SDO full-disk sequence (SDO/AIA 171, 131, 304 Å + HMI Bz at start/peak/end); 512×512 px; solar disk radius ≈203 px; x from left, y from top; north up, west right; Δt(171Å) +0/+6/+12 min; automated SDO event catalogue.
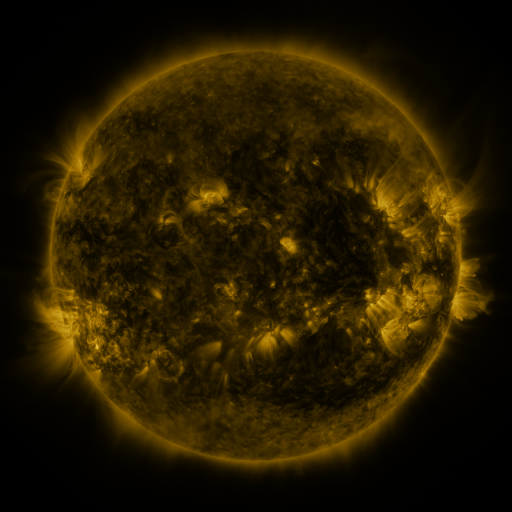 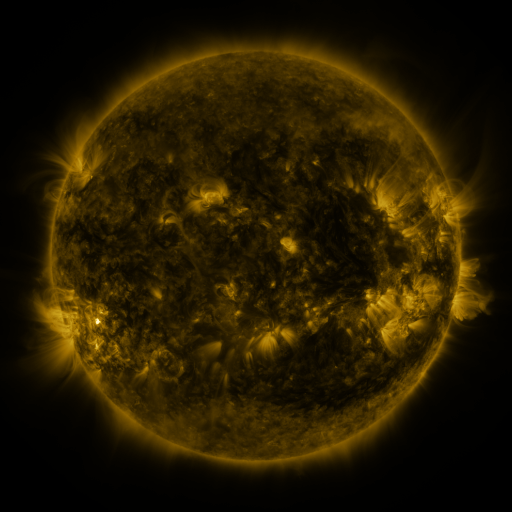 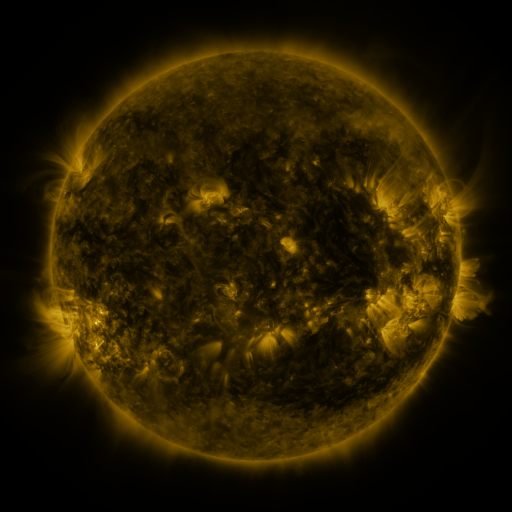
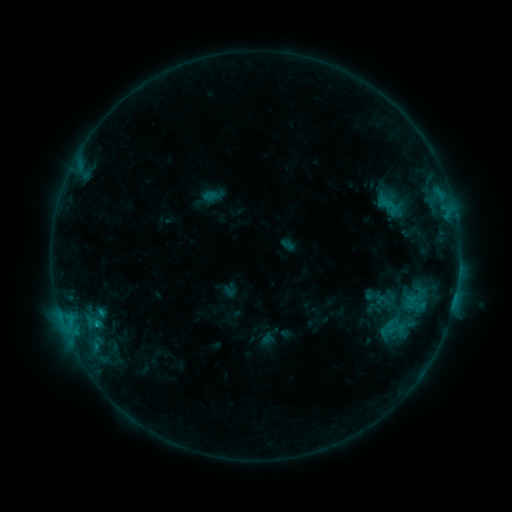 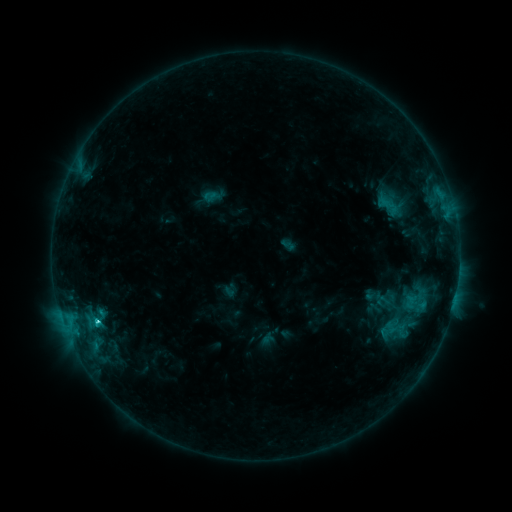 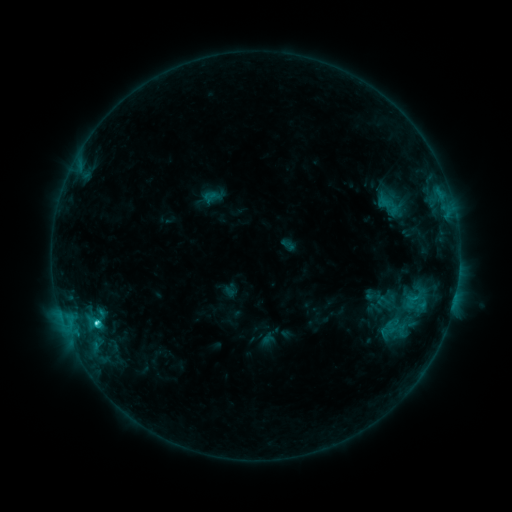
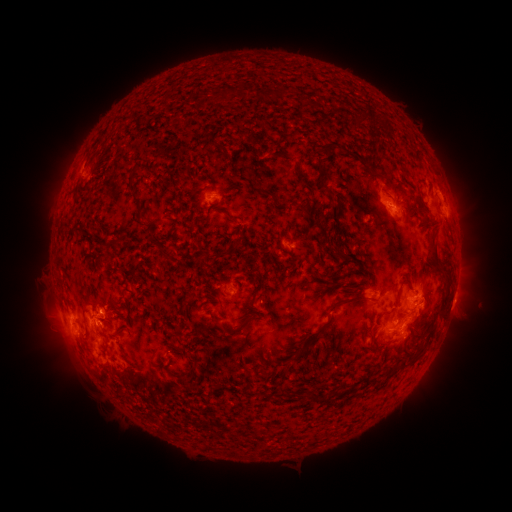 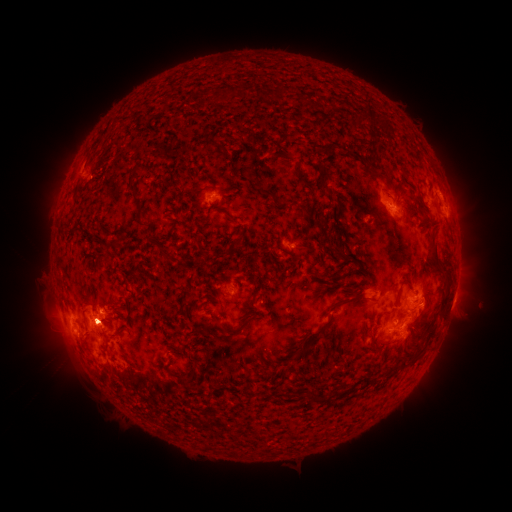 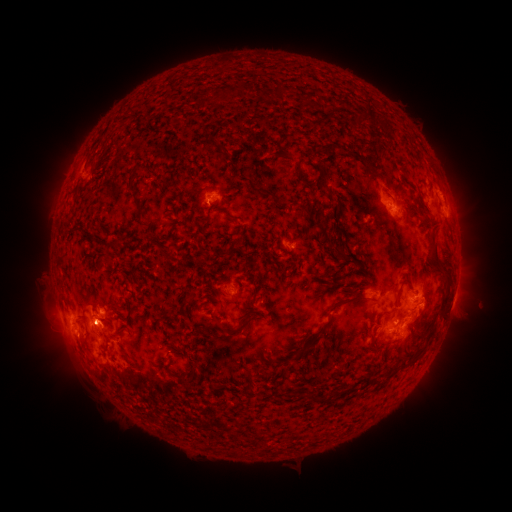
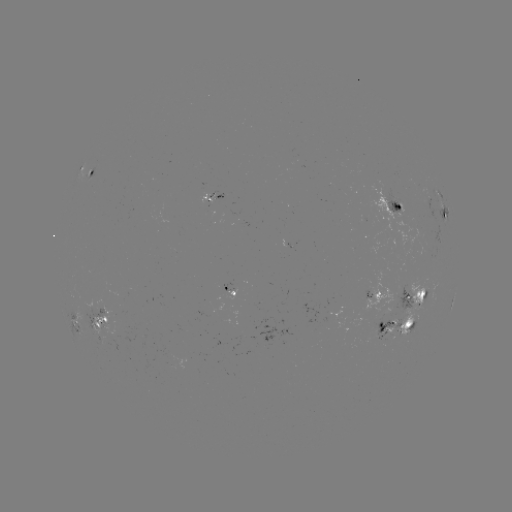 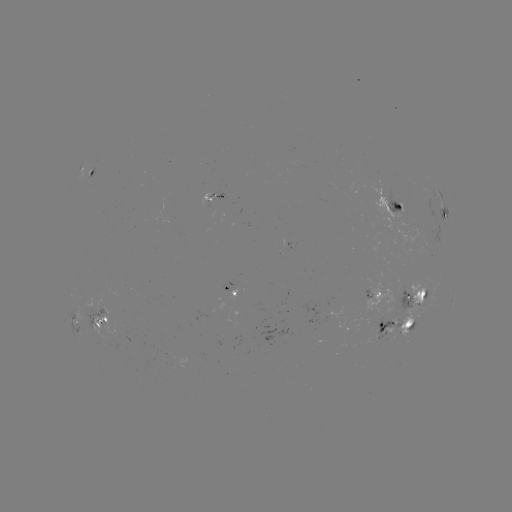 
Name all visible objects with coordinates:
C3.7 flare: (99, 320)
